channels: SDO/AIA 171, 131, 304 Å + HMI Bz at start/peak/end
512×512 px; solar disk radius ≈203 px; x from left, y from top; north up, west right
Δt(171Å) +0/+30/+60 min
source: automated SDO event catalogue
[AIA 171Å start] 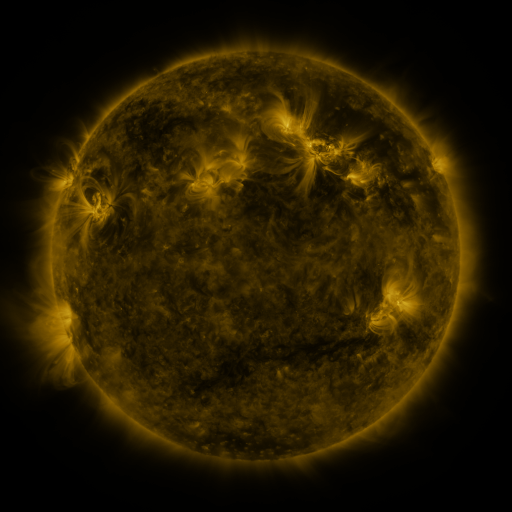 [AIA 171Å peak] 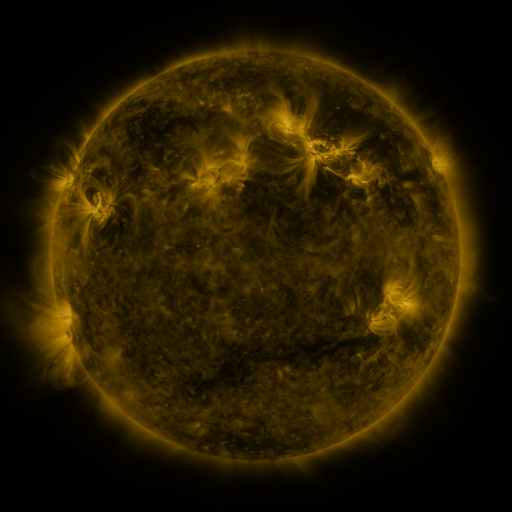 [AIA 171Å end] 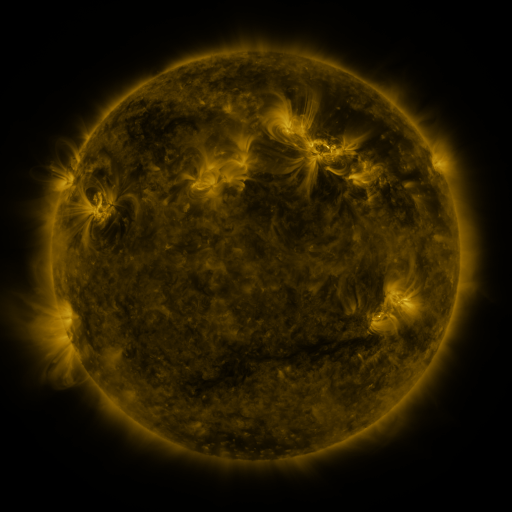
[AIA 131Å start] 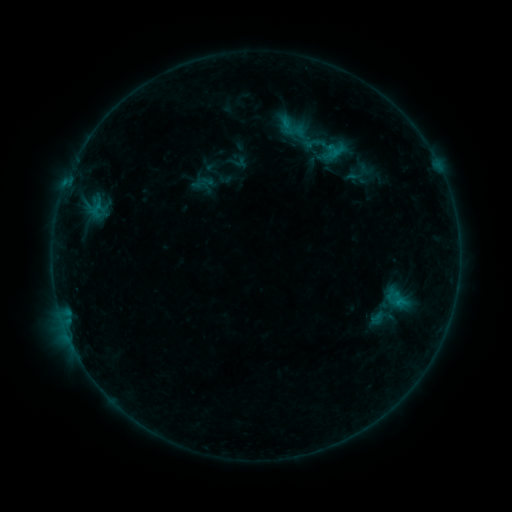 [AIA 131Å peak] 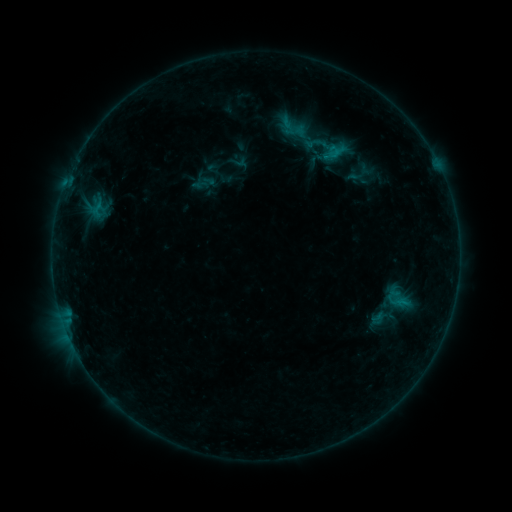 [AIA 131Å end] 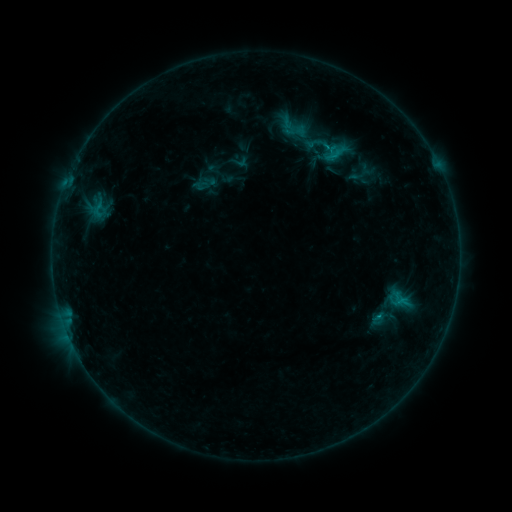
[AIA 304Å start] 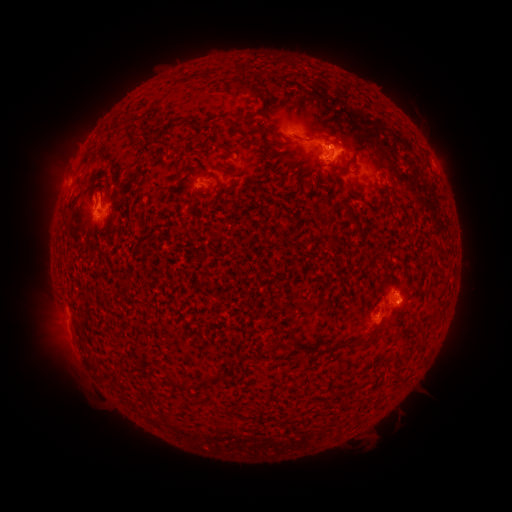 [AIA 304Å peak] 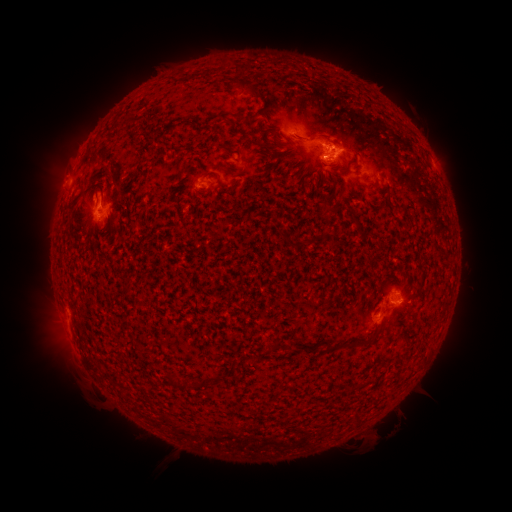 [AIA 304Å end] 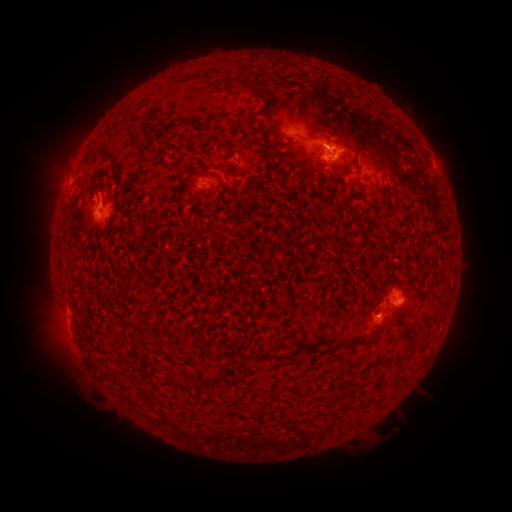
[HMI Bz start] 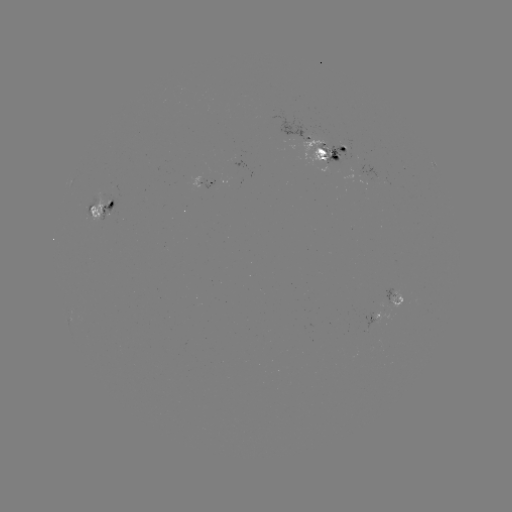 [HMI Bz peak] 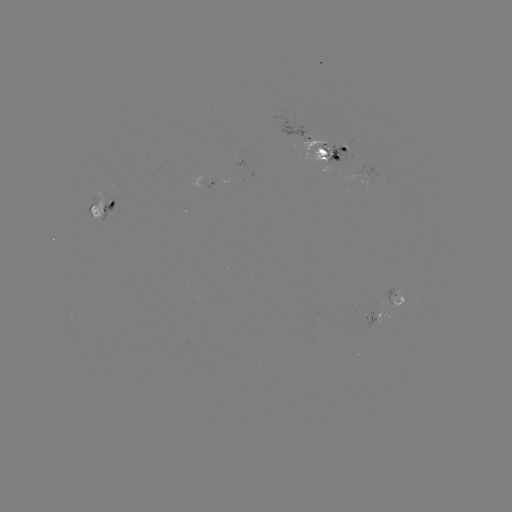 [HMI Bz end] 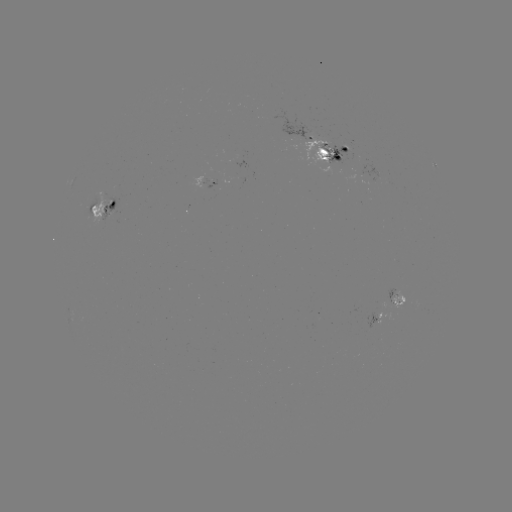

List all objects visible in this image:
emerging-flux region: (322, 147)
